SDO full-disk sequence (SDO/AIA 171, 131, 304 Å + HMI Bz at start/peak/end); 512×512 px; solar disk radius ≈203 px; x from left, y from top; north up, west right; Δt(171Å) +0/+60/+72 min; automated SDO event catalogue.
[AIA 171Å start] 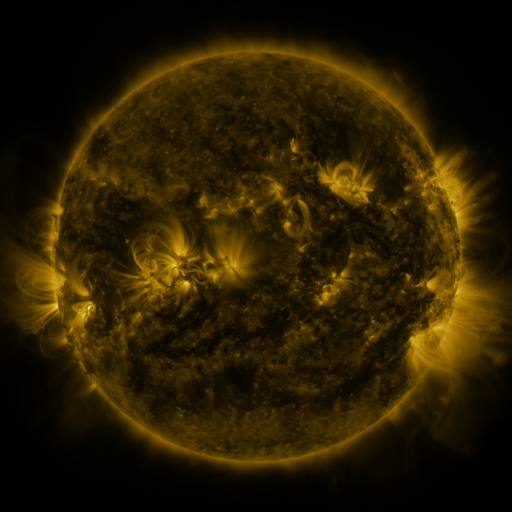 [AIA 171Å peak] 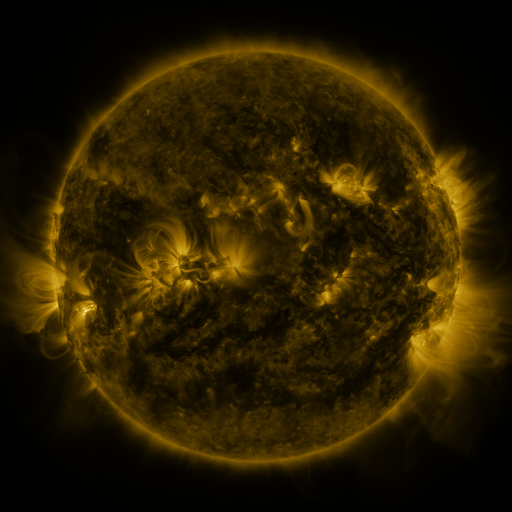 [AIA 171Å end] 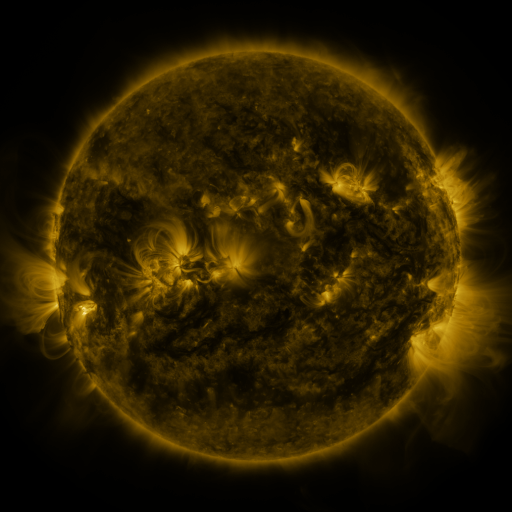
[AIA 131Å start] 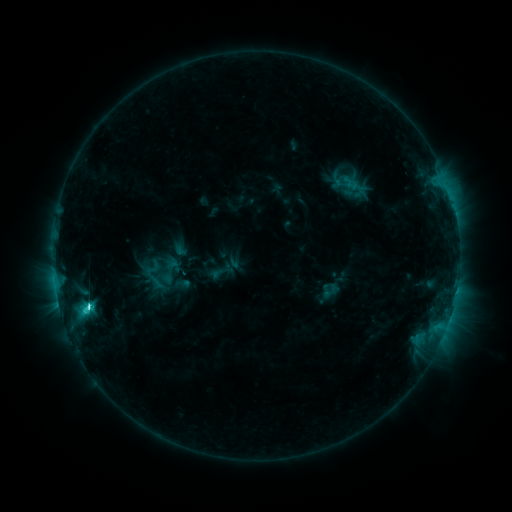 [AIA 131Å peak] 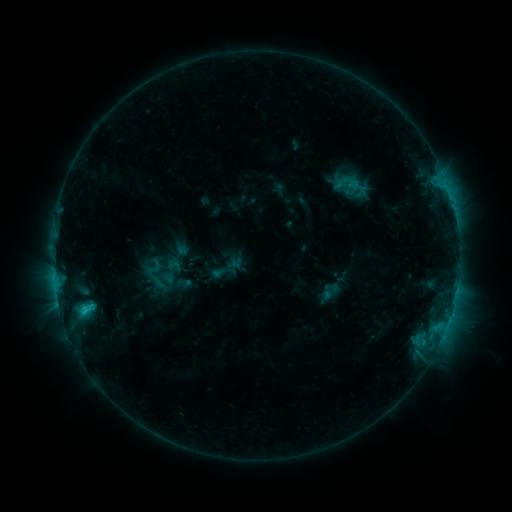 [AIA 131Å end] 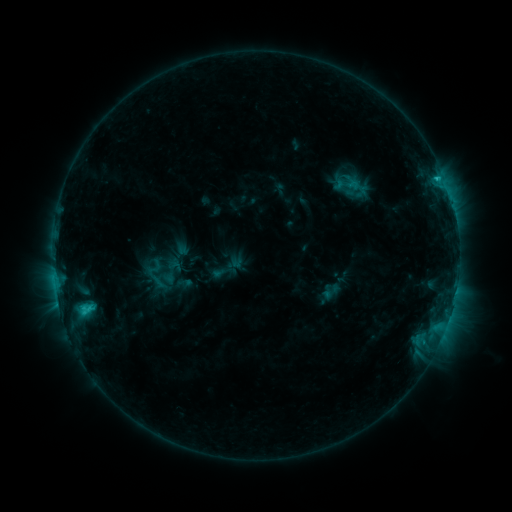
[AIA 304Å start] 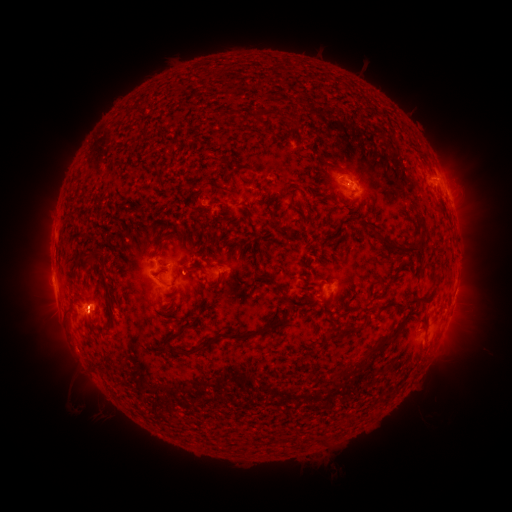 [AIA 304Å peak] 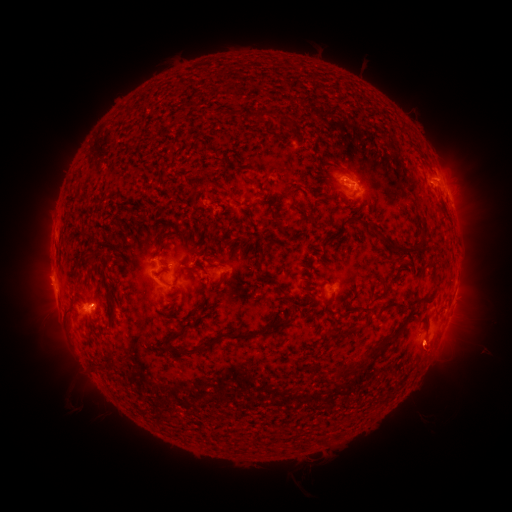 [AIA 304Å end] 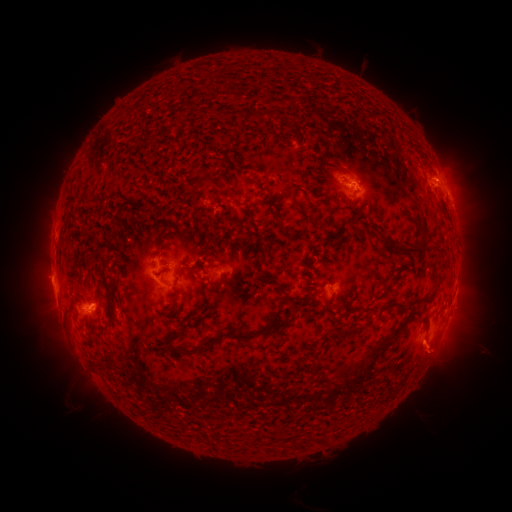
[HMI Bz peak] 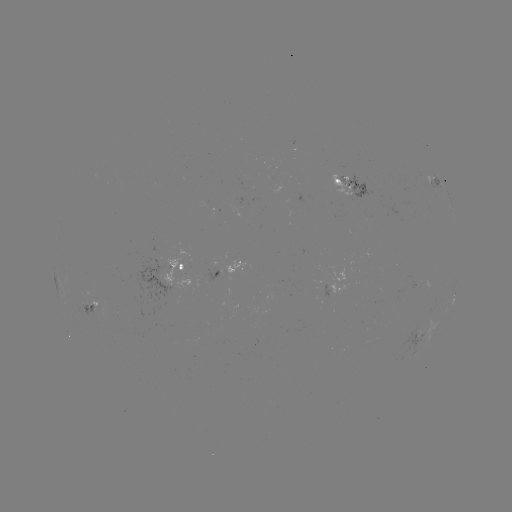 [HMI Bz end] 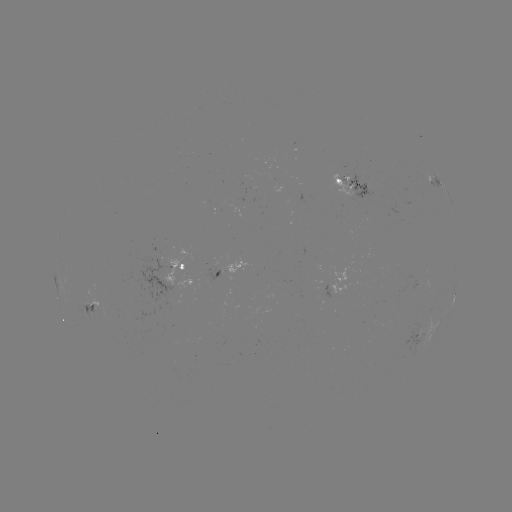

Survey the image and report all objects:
emerging-flux region: (354, 182)
